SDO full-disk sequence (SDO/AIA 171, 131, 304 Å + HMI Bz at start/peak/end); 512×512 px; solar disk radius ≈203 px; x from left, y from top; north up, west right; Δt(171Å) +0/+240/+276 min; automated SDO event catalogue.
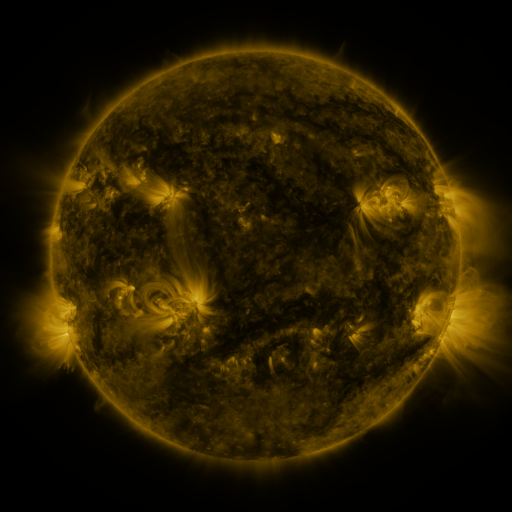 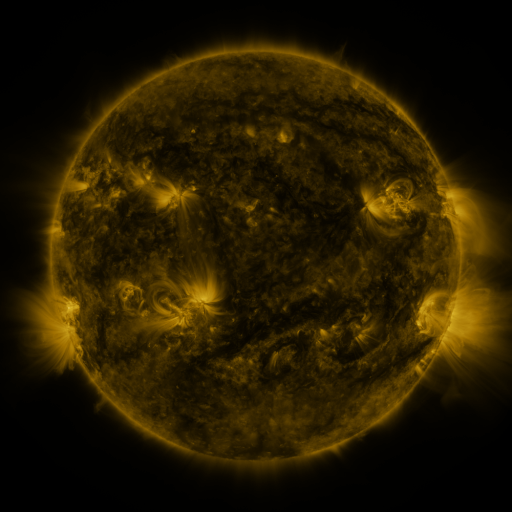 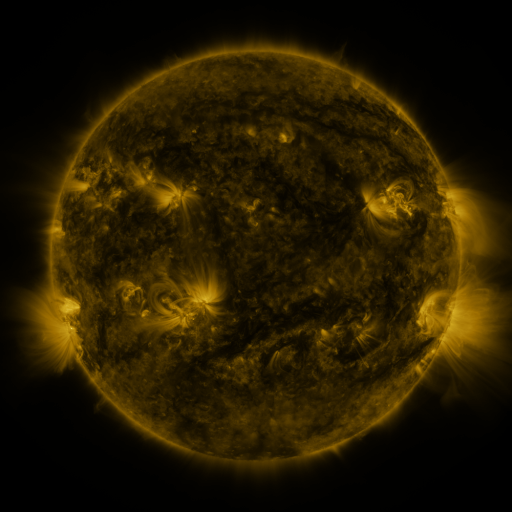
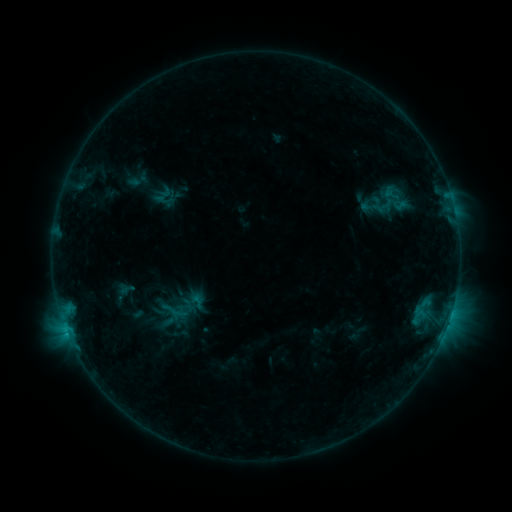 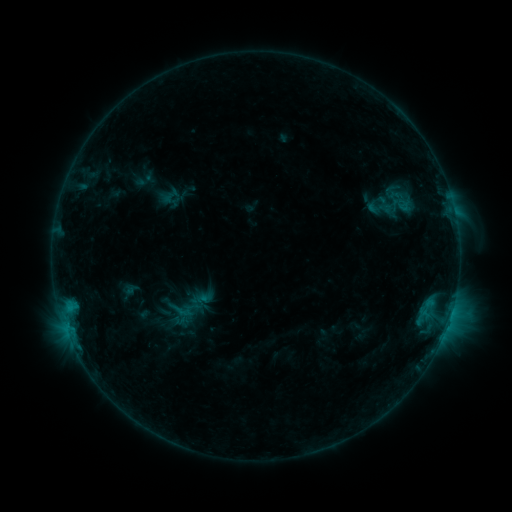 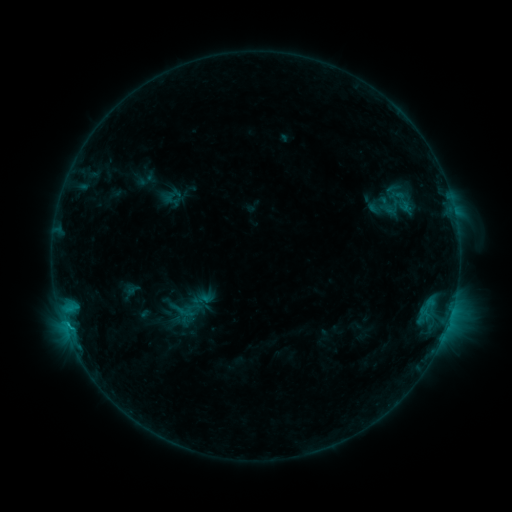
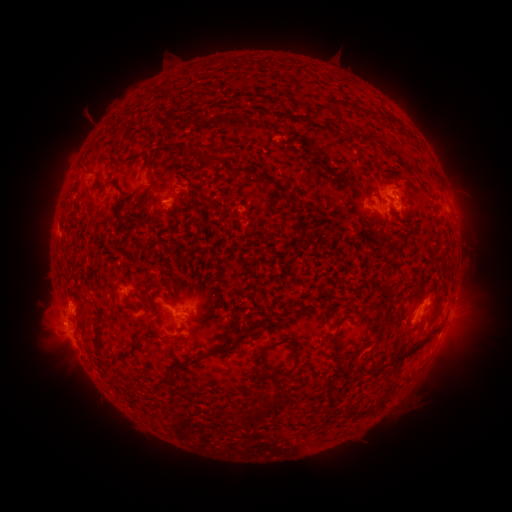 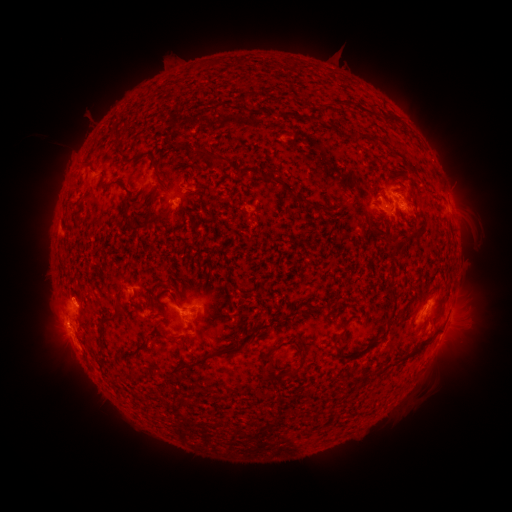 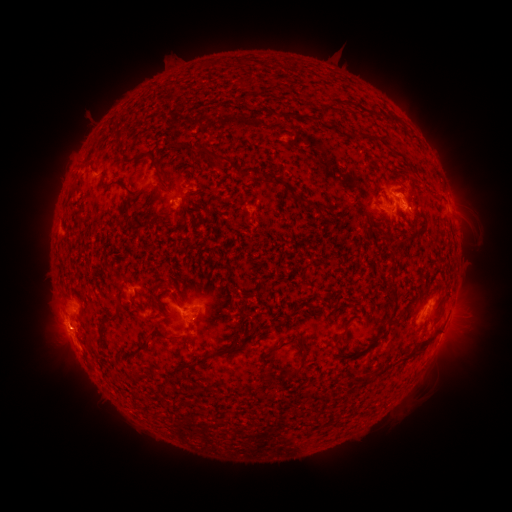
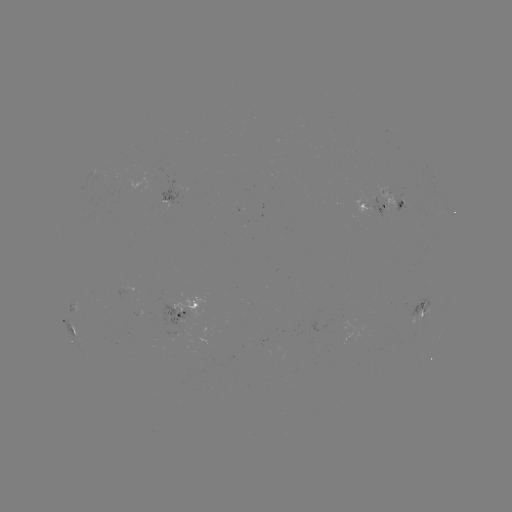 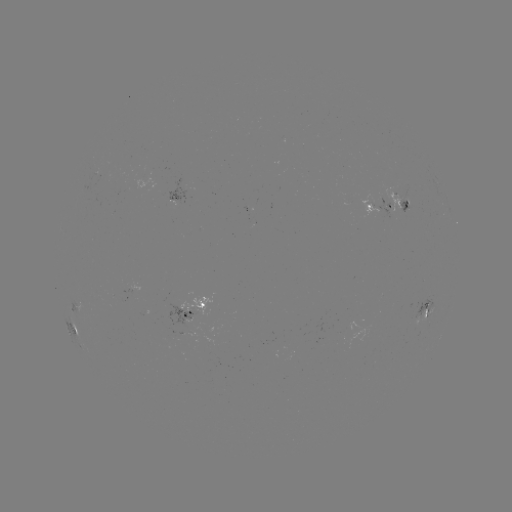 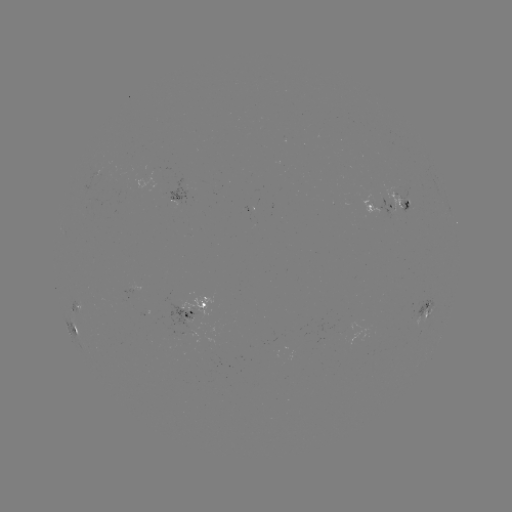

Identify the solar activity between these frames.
emerging-flux region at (408, 207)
